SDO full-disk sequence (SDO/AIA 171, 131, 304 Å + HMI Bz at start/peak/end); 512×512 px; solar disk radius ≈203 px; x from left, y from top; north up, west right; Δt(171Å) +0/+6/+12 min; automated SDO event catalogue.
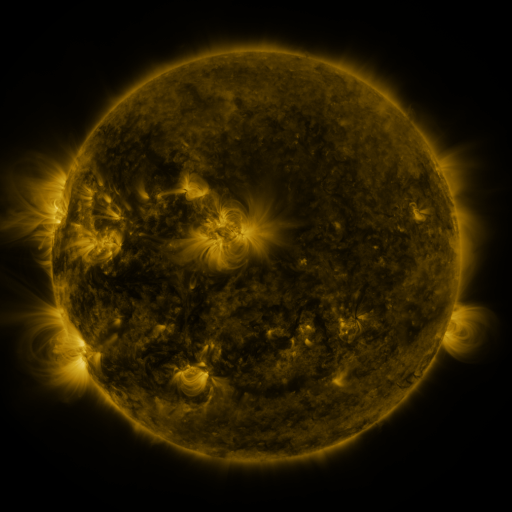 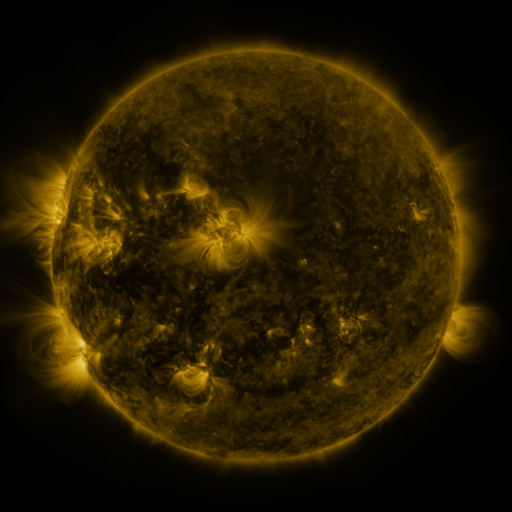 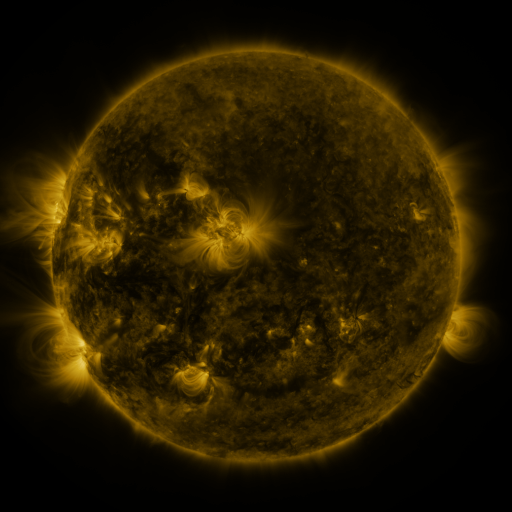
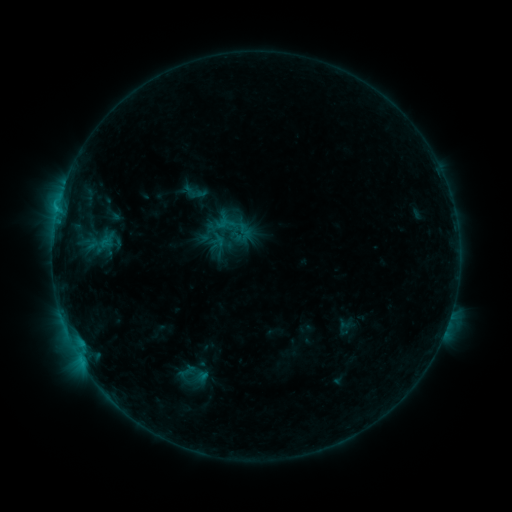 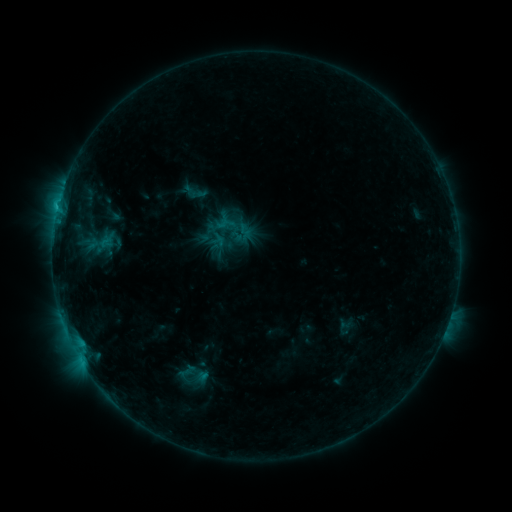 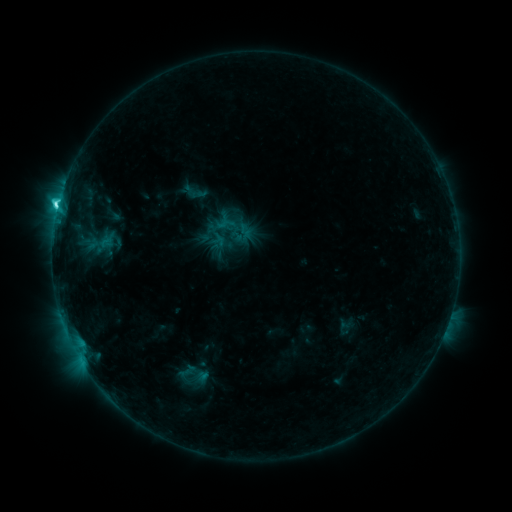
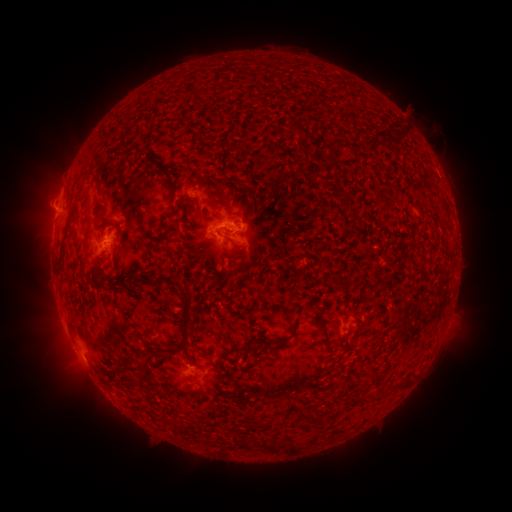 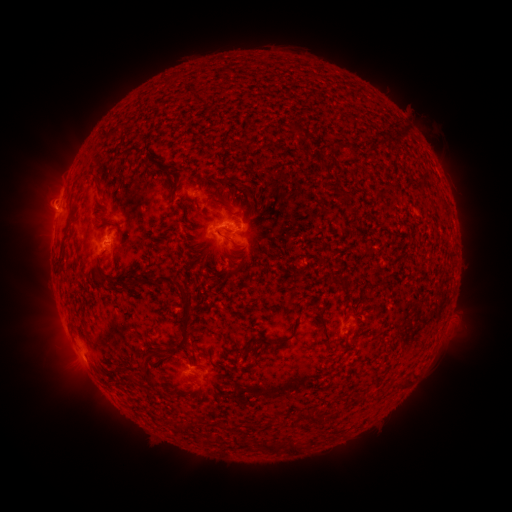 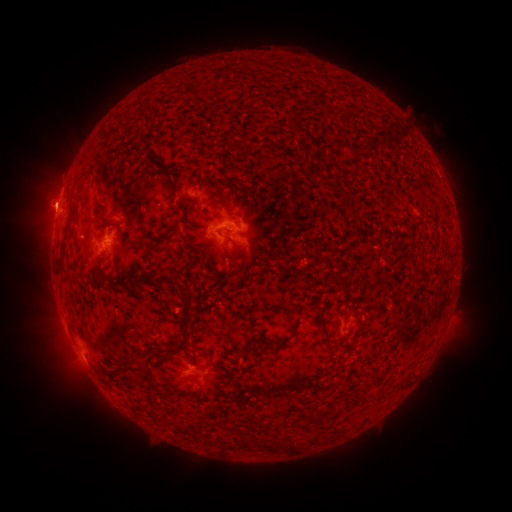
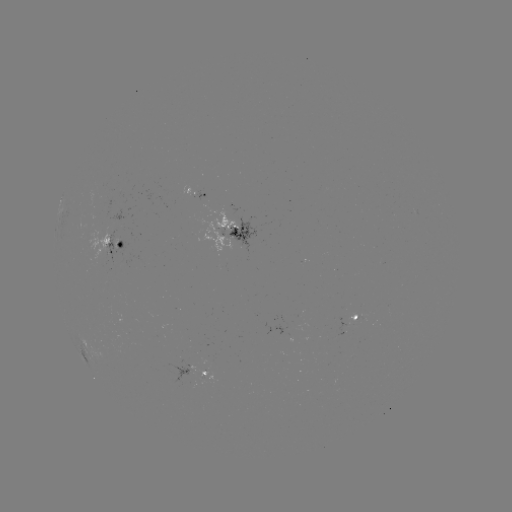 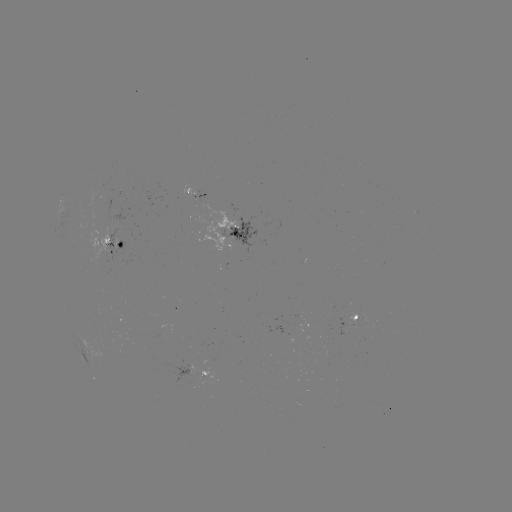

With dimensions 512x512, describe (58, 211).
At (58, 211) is C4.0 flare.